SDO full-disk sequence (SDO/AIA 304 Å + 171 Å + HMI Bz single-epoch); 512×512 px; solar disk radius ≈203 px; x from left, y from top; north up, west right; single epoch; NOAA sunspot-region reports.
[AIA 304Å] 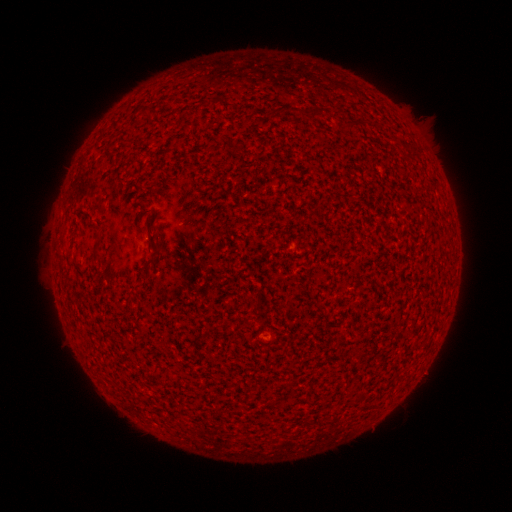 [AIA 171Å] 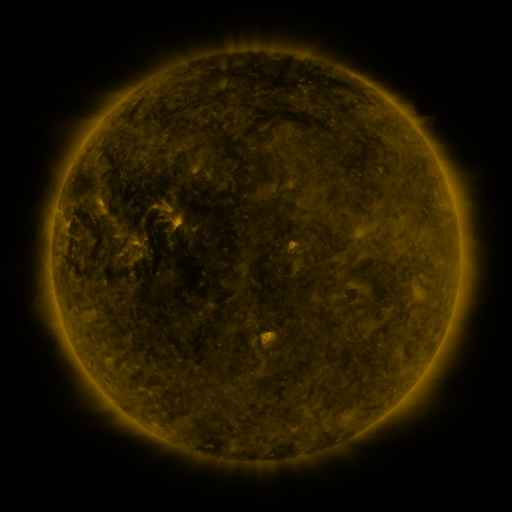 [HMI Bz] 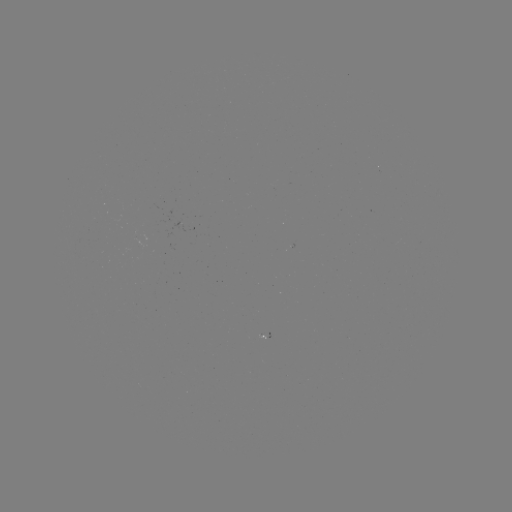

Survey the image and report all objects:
(none)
